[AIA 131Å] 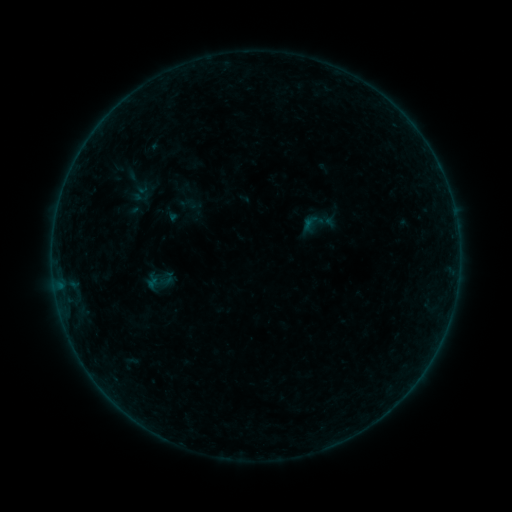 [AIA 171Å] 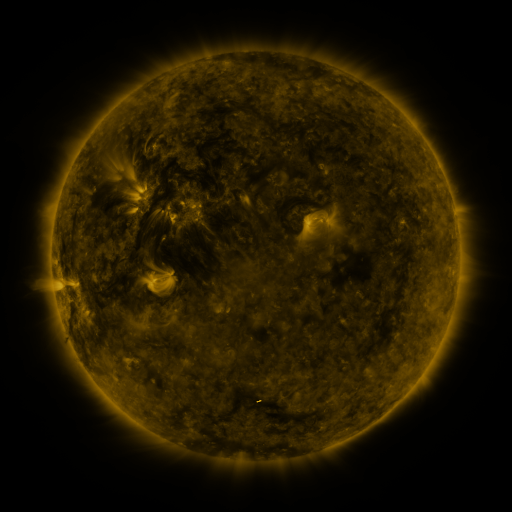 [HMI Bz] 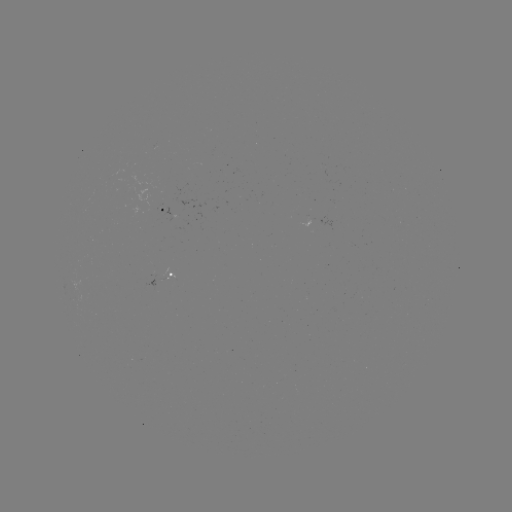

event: sigmoid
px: (187, 204)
